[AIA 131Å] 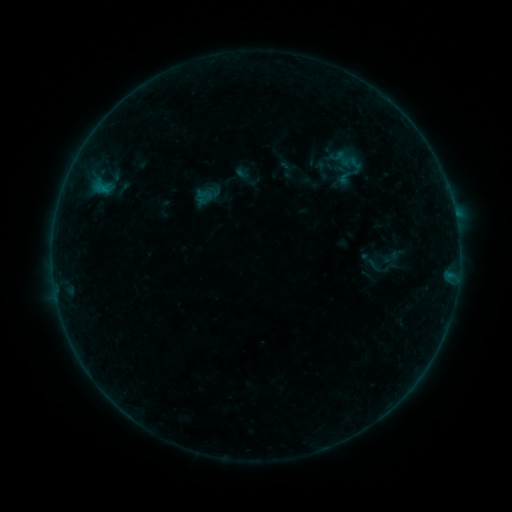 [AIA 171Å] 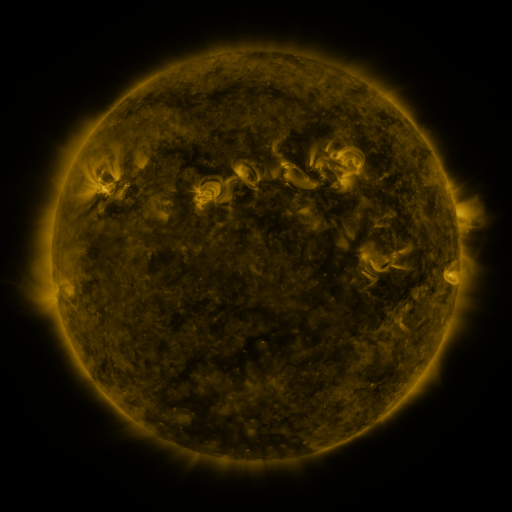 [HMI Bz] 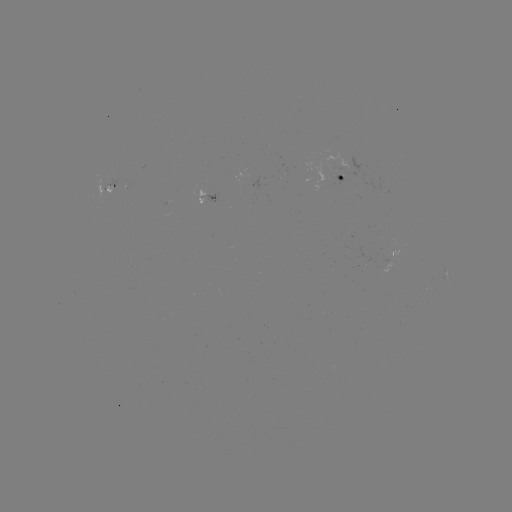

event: sigmoid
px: (392, 257)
